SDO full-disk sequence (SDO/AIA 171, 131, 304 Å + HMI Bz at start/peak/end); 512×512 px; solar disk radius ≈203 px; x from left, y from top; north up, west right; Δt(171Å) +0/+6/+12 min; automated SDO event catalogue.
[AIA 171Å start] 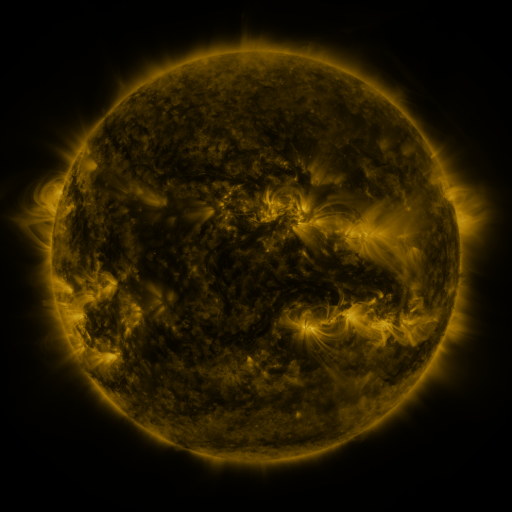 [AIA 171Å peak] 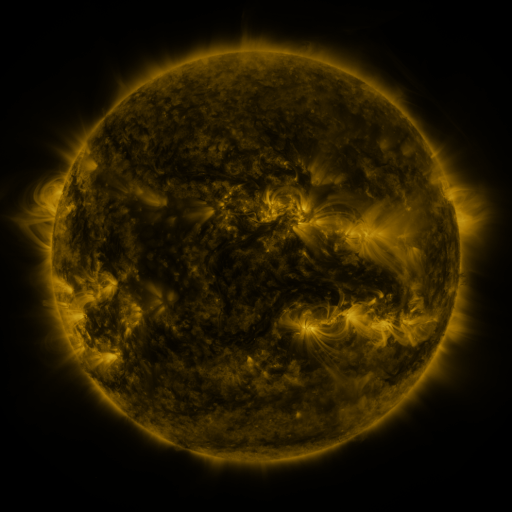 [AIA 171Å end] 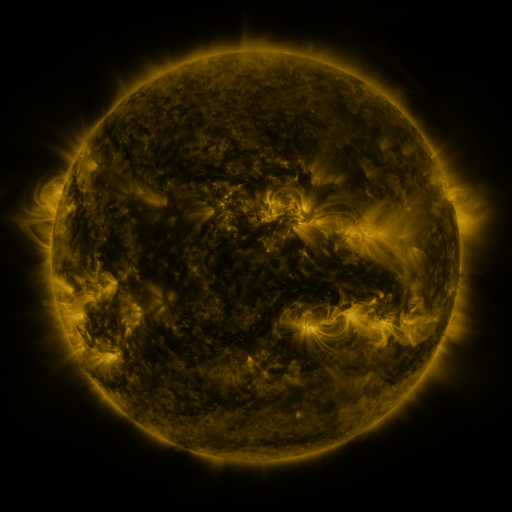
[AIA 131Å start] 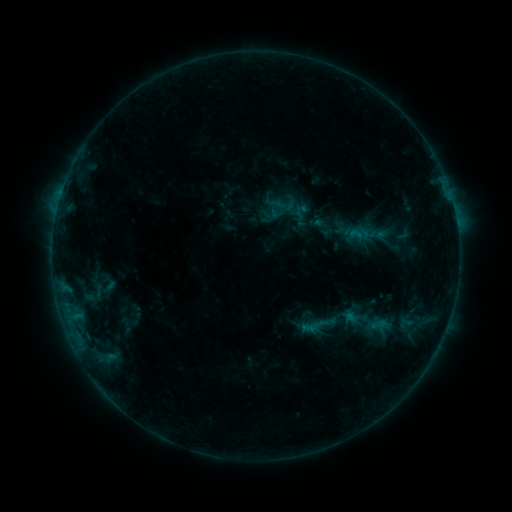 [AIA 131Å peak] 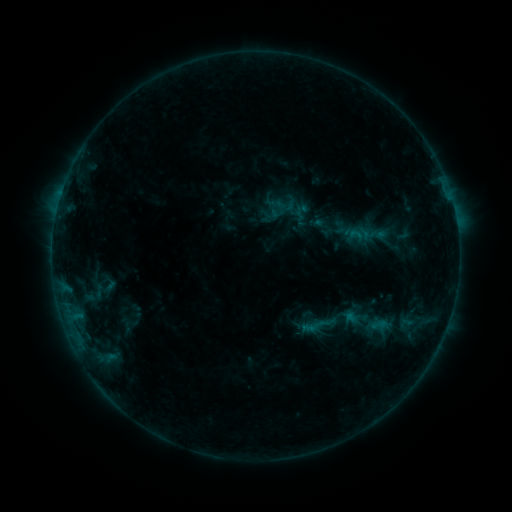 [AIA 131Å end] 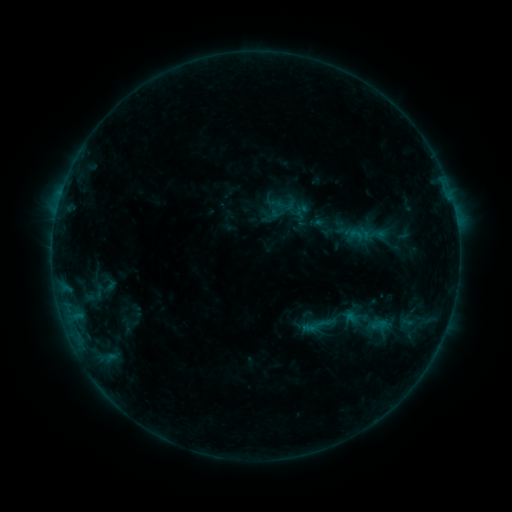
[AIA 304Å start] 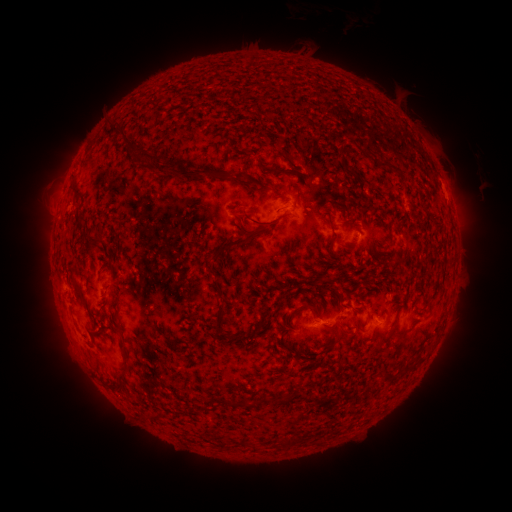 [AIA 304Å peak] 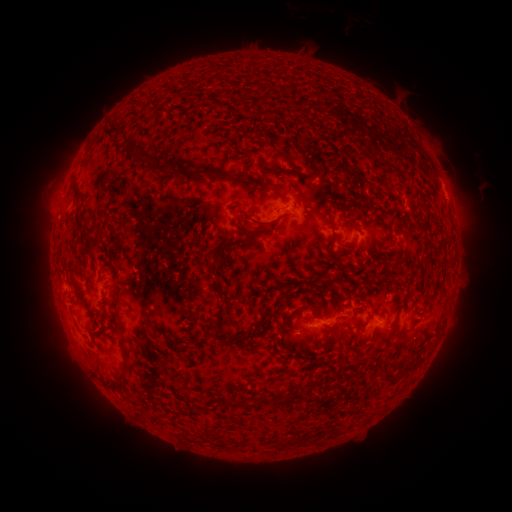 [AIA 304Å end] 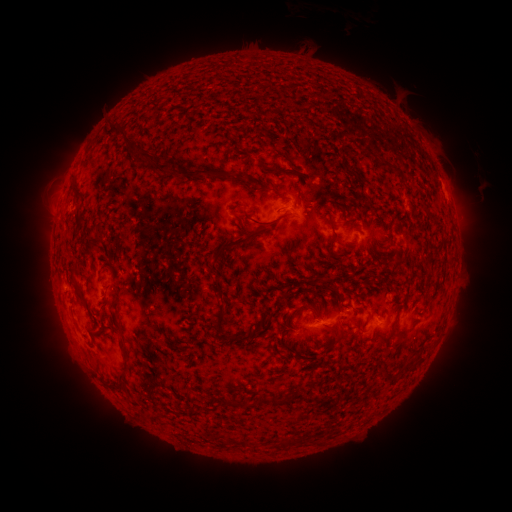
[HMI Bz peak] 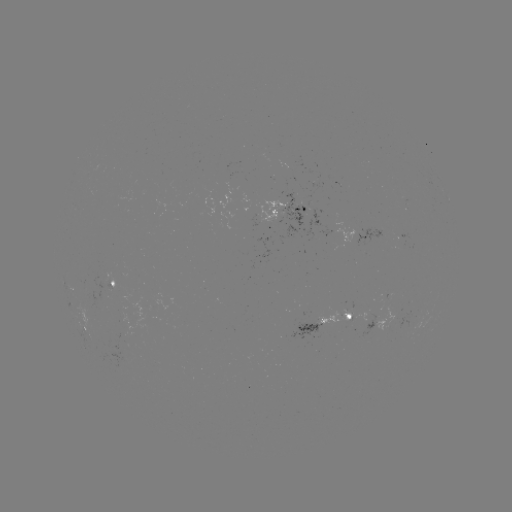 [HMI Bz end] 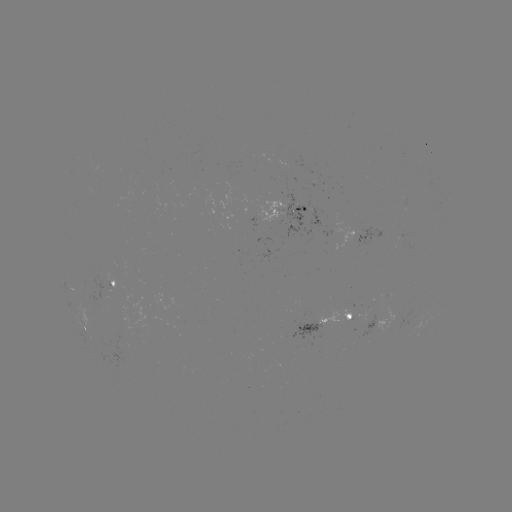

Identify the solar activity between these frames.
no catalogued flare and no flagged EUV brightening in this window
